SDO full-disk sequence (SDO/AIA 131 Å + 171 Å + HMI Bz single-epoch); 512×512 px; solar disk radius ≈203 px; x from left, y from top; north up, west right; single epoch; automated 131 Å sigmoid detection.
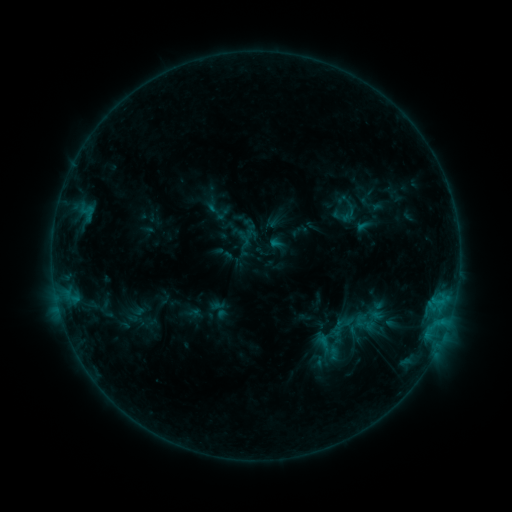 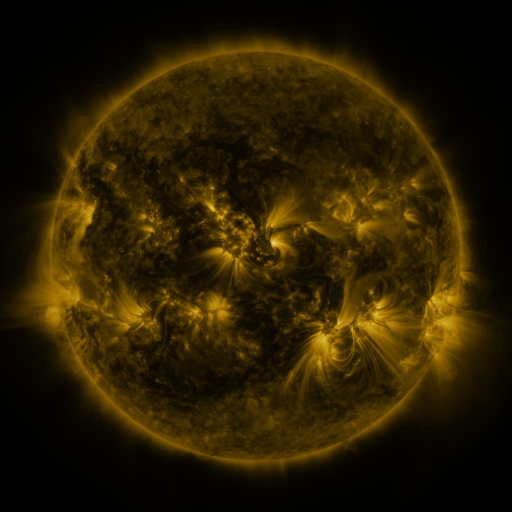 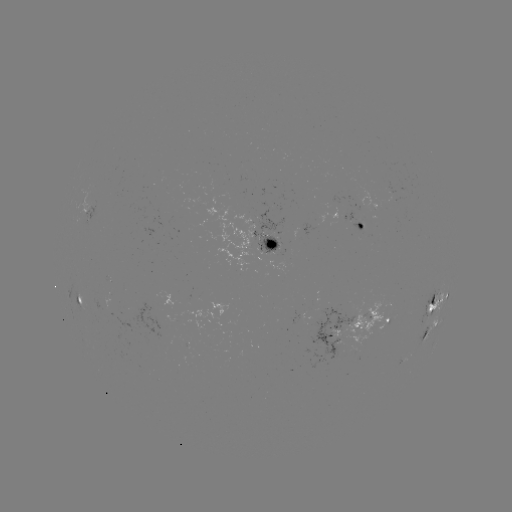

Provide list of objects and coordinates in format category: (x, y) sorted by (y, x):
sigmoid: (340, 216)
